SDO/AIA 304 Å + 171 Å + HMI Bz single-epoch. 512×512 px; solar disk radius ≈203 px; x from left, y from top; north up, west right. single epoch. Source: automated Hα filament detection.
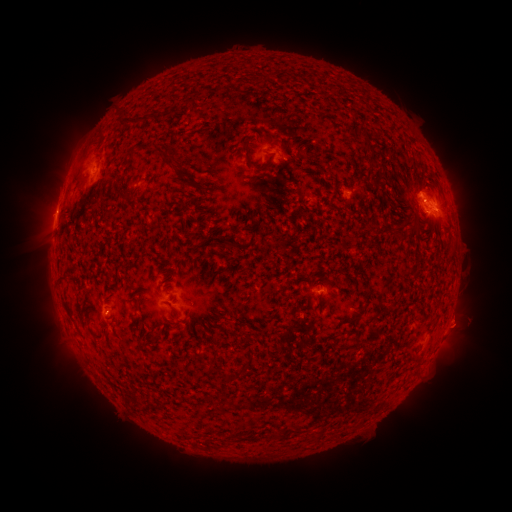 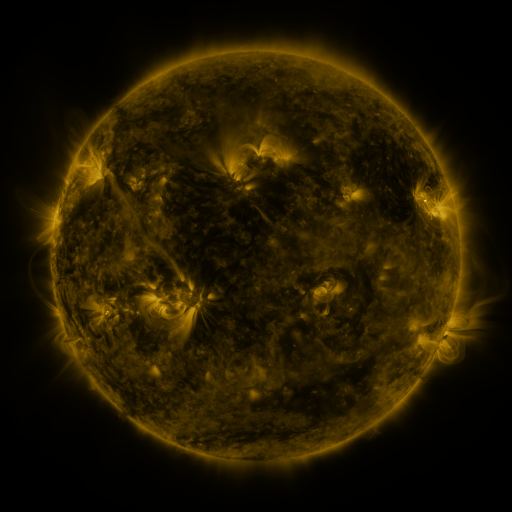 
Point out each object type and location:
filament: [117, 116, 153, 130]
filament: [357, 126, 368, 141]
filament: [240, 143, 269, 171]
filament: [291, 155, 301, 166]
filament: [121, 159, 128, 169]
filament: [72, 168, 82, 186]
filament: [371, 175, 380, 185]
filament: [190, 197, 201, 205]
filament: [434, 199, 442, 210]
filament: [405, 218, 419, 239]
filament: [392, 225, 400, 234]
filament: [215, 237, 239, 249]
filament: [363, 275, 374, 301]
filament: [304, 293, 310, 304]
filament: [337, 304, 367, 323]
filament: [248, 353, 256, 362]
filament: [209, 361, 238, 383]
filament: [272, 430, 285, 438]
